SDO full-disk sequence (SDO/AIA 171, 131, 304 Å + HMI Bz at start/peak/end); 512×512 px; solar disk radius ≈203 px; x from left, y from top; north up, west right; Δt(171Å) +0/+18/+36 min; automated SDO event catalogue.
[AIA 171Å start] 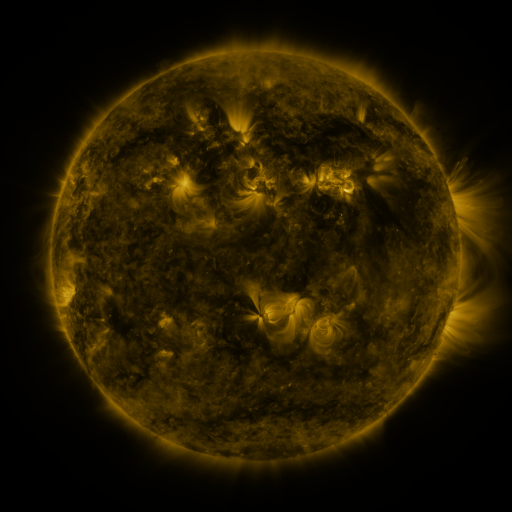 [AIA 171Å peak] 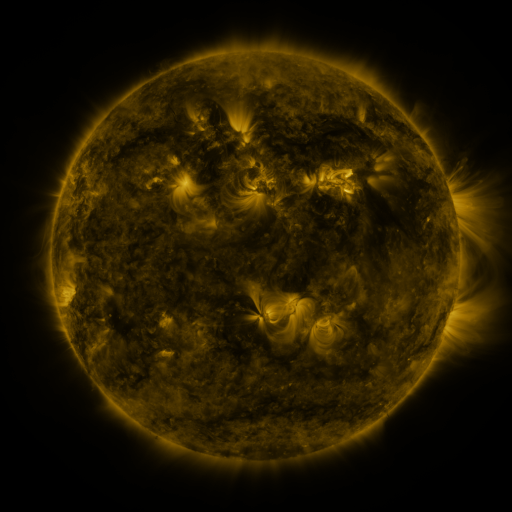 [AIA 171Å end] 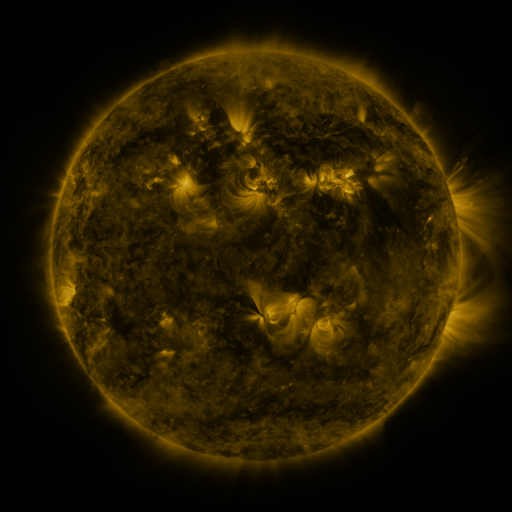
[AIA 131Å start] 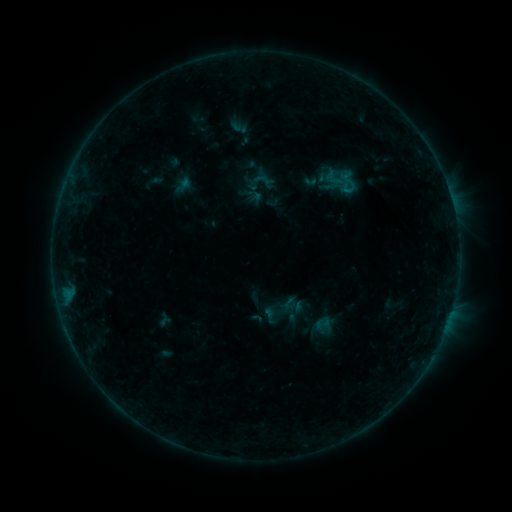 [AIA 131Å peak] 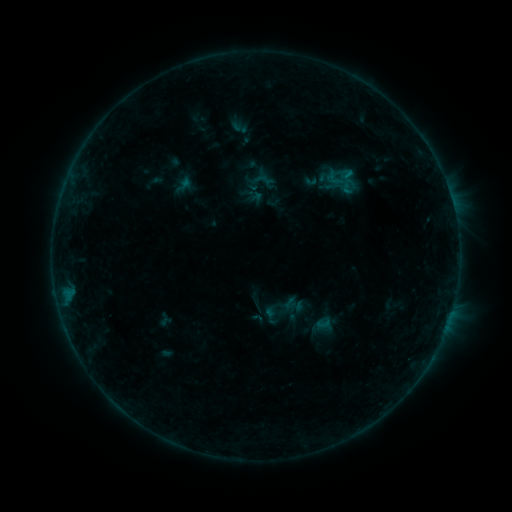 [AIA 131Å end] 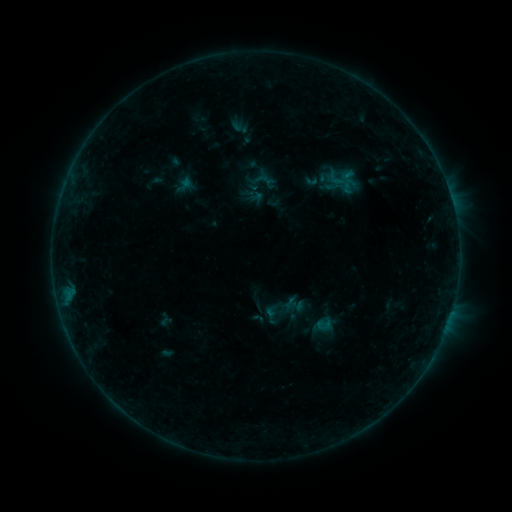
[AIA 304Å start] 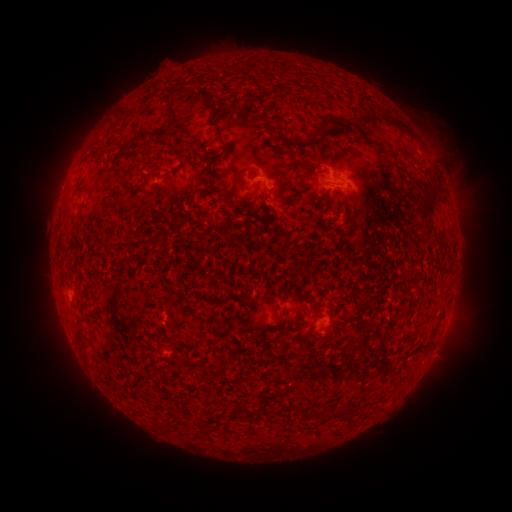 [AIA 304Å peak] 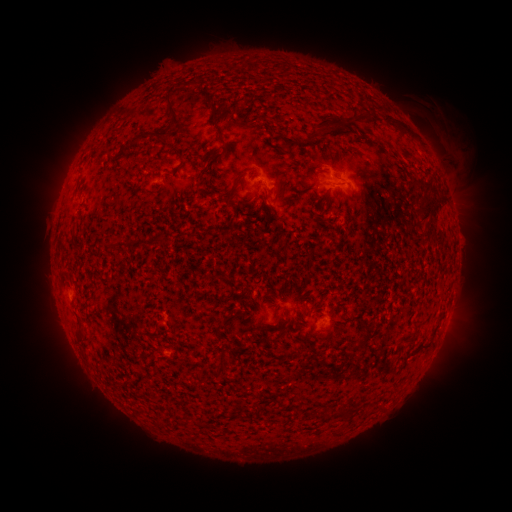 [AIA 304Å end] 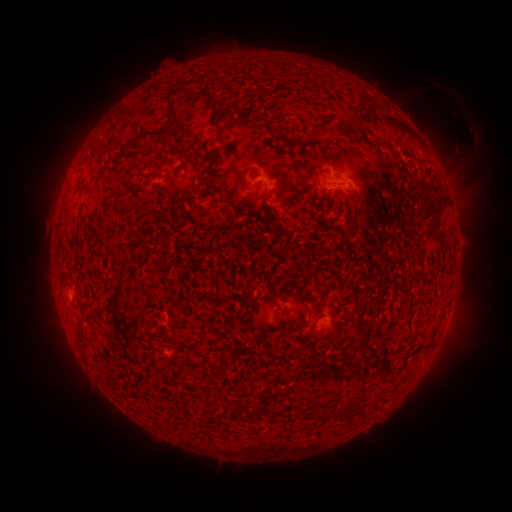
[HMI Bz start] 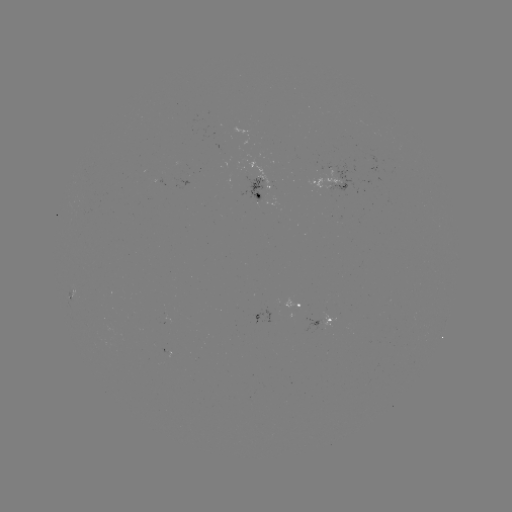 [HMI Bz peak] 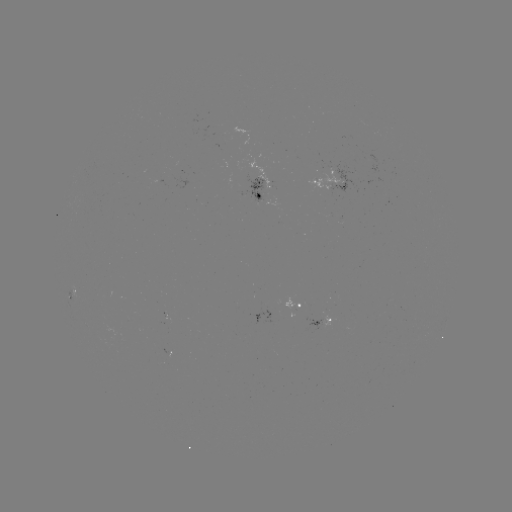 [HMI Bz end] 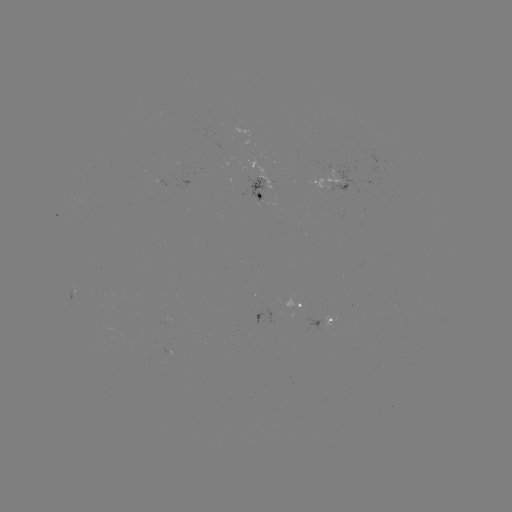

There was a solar eruption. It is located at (448, 141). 